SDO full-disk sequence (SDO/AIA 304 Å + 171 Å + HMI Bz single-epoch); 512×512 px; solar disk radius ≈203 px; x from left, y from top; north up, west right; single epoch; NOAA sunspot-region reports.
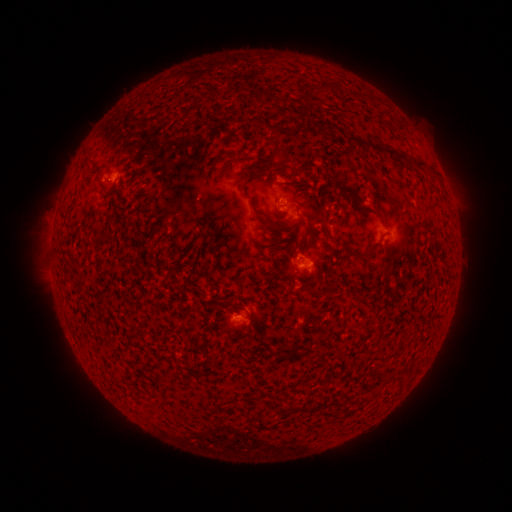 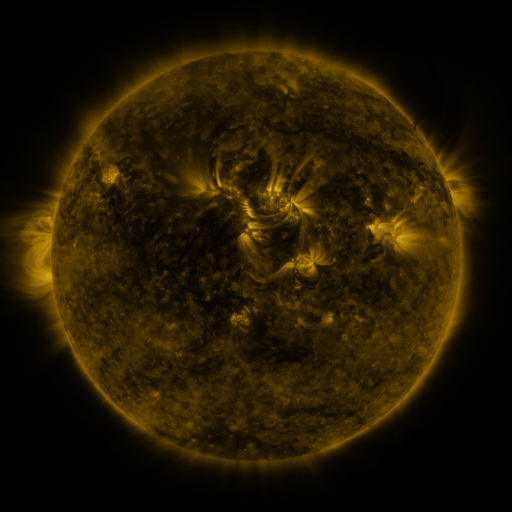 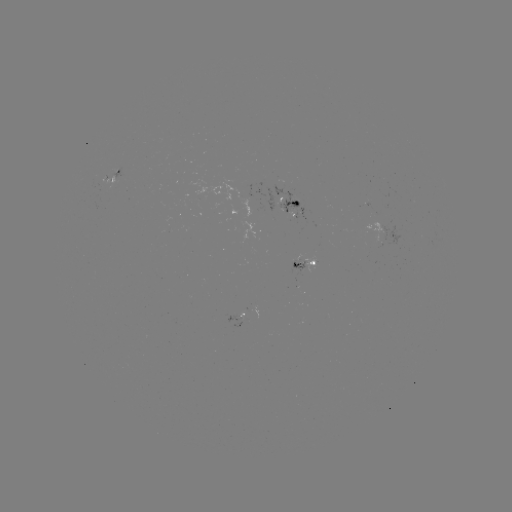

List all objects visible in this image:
spotted active region: (120, 179)
spotted active region: (294, 203)
spotted active region: (308, 263)
spotted active region: (239, 318)
